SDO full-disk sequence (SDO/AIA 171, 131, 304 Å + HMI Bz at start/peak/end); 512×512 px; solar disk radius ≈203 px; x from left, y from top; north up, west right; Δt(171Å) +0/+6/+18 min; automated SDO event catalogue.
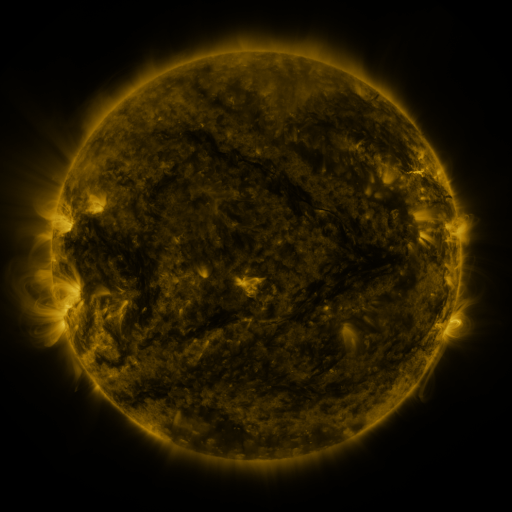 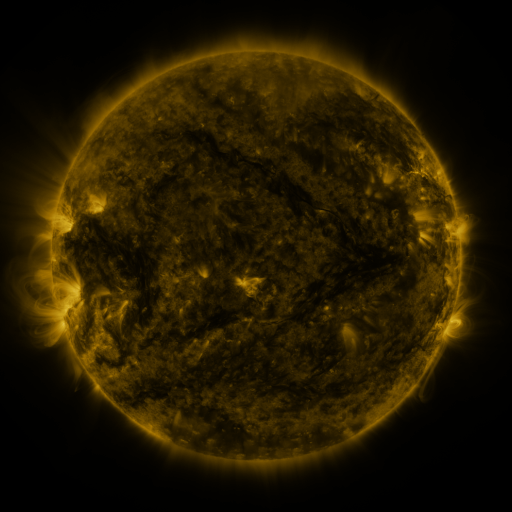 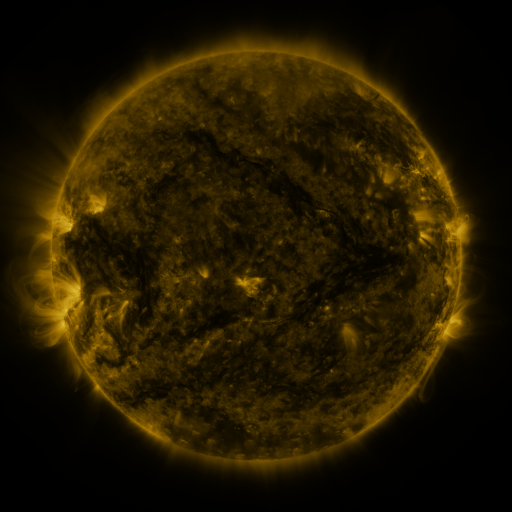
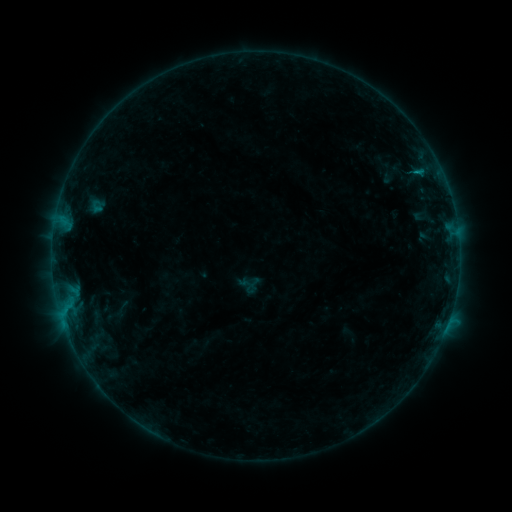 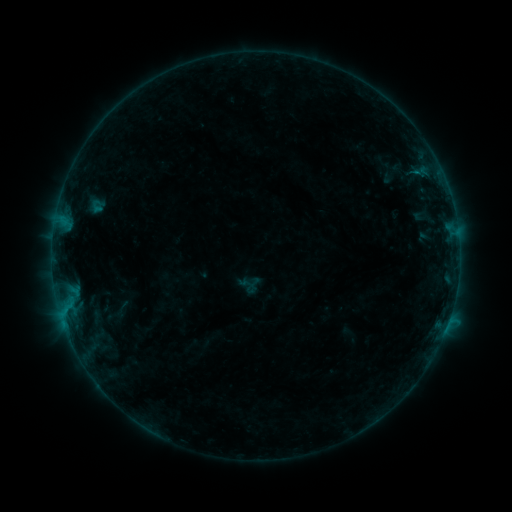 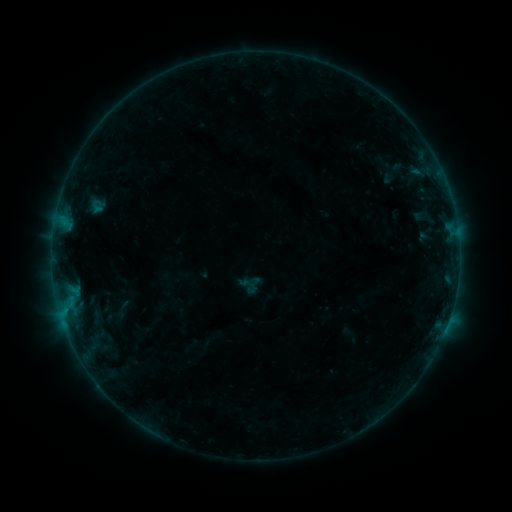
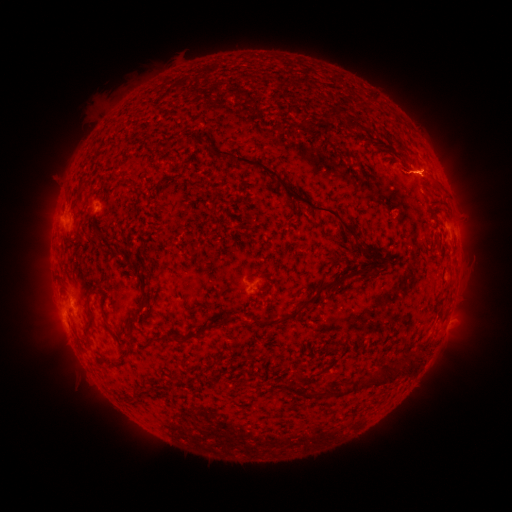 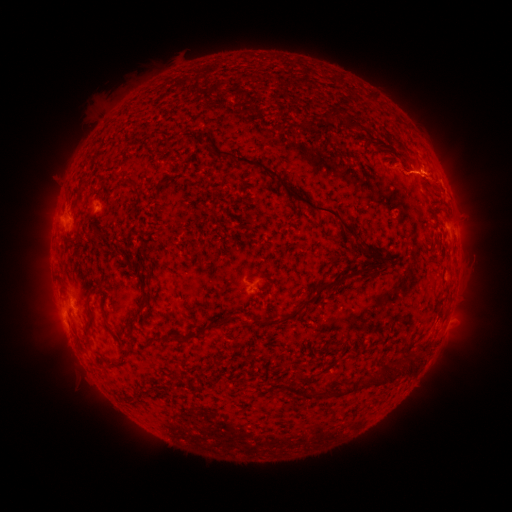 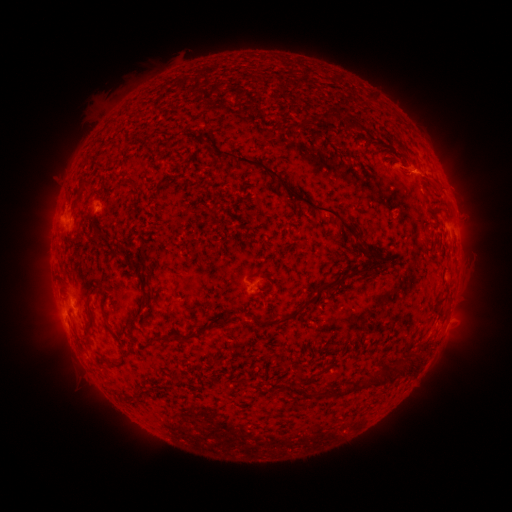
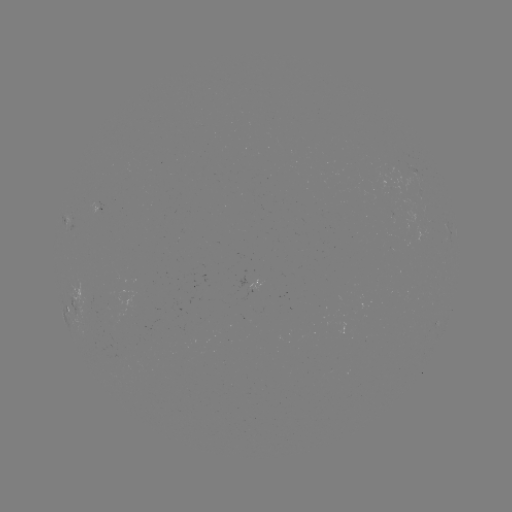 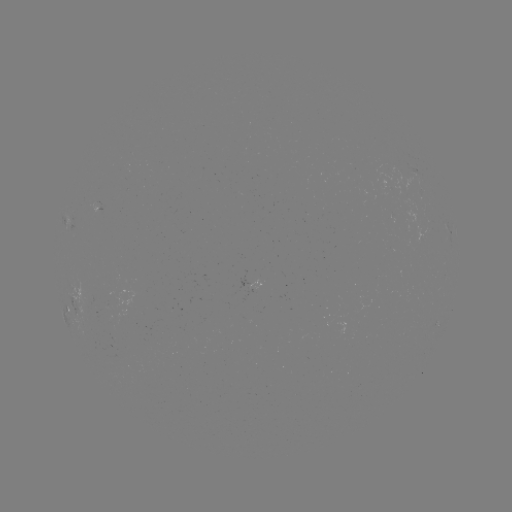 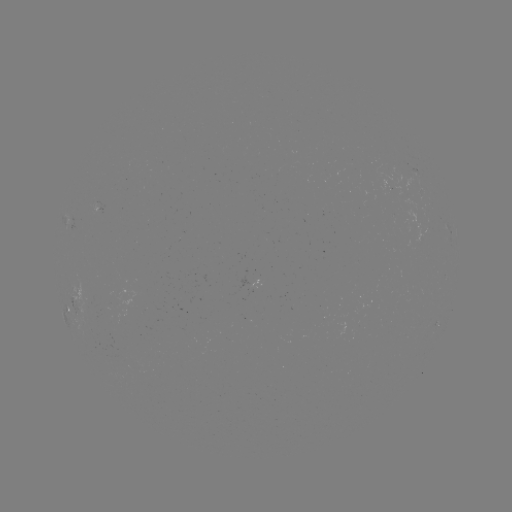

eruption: [406, 134, 470, 212]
